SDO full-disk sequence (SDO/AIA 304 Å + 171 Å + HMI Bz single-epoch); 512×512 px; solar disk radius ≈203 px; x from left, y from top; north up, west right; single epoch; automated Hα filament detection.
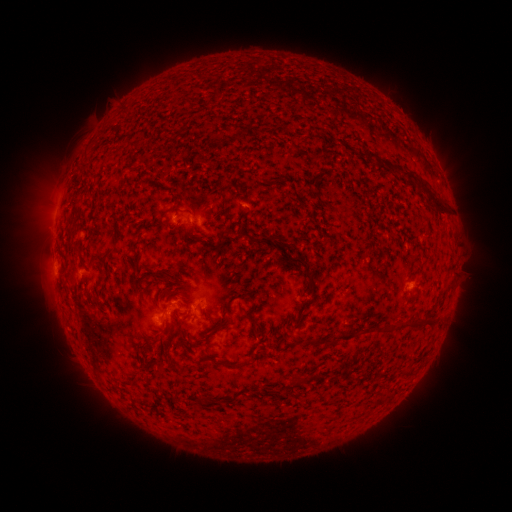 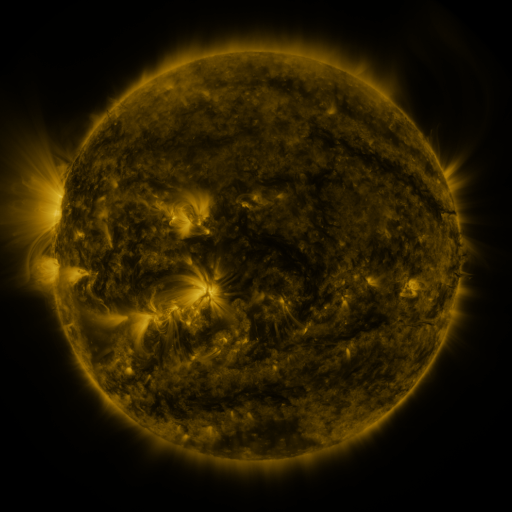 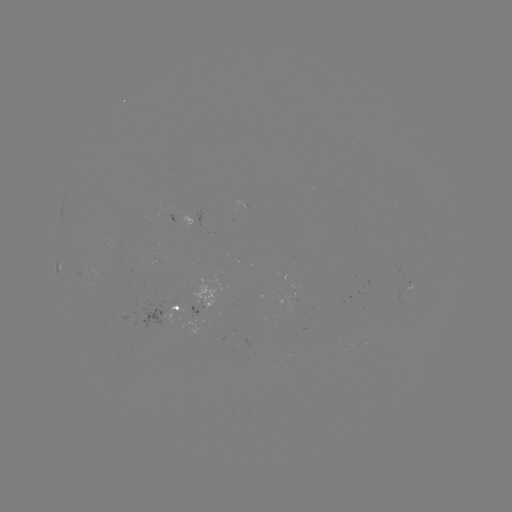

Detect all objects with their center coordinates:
filament: (369, 153)
filament: (427, 190)
filament: (75, 204)
filament: (163, 216)
filament: (221, 231)
filament: (75, 250)
filament: (104, 259)
filament: (300, 261)
filament: (133, 264)
filament: (167, 280)
filament: (448, 283)
filament: (311, 285)
filament: (172, 294)
filament: (184, 295)
filament: (305, 304)
filament: (252, 310)
filament: (225, 313)
filament: (291, 315)
filament: (424, 320)
filament: (390, 324)
filament: (212, 330)
filament: (190, 340)
filament: (312, 340)
filament: (150, 344)
filament: (236, 365)
filament: (299, 378)
